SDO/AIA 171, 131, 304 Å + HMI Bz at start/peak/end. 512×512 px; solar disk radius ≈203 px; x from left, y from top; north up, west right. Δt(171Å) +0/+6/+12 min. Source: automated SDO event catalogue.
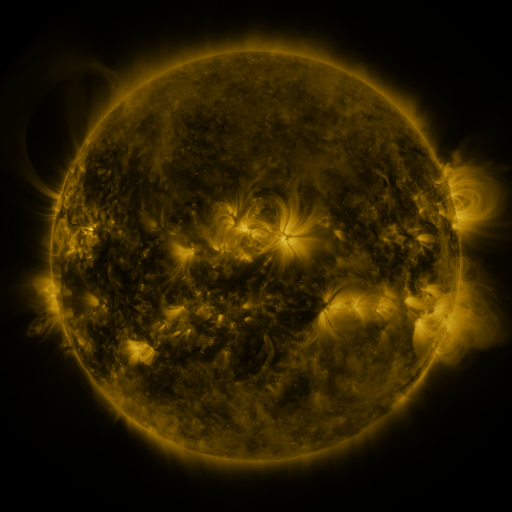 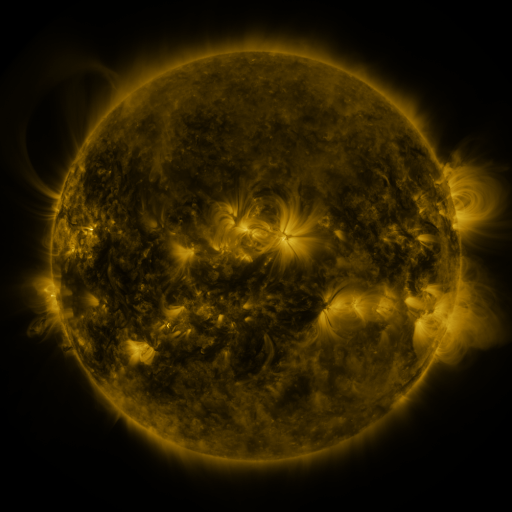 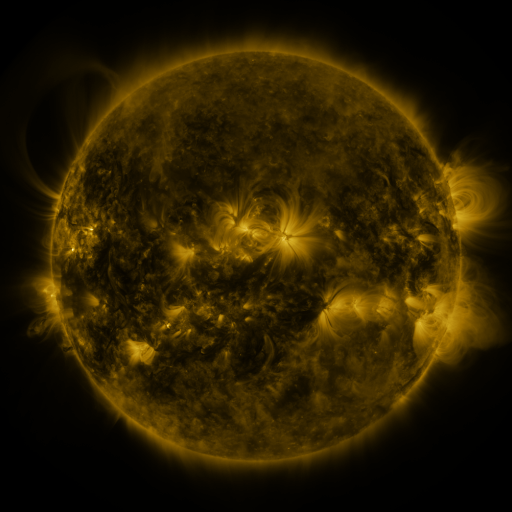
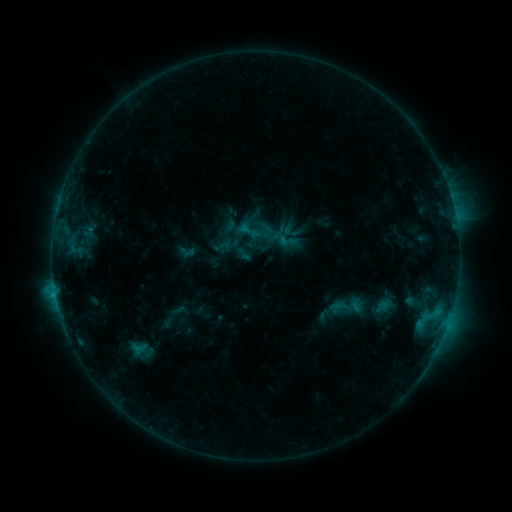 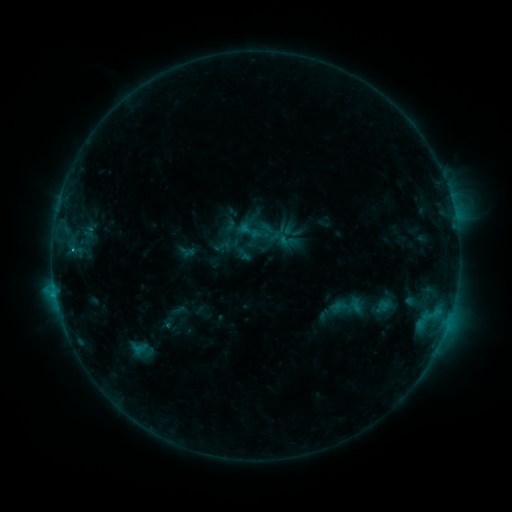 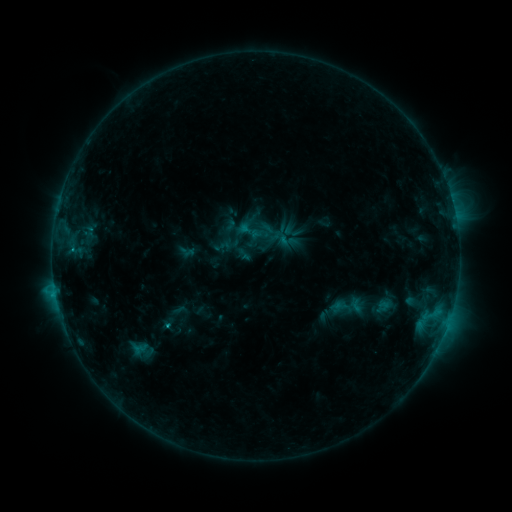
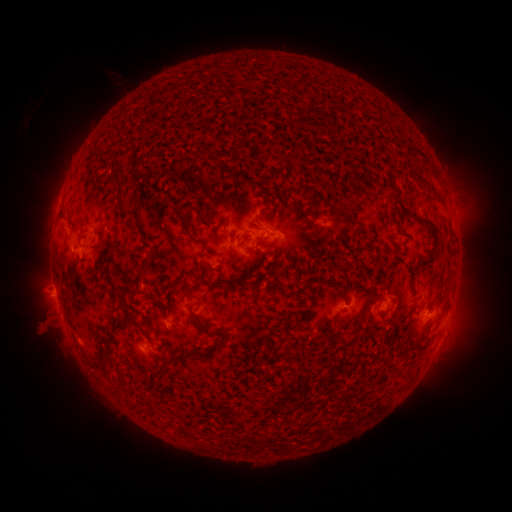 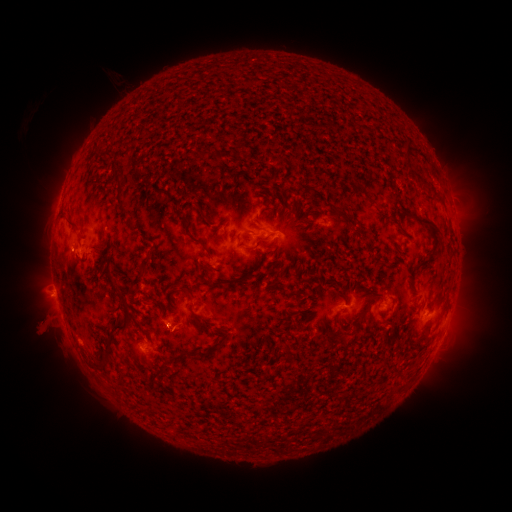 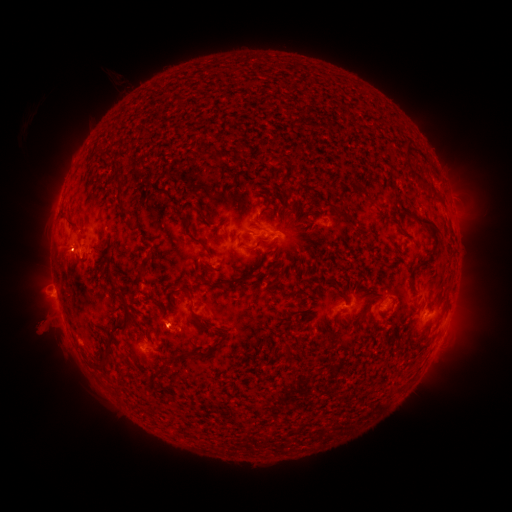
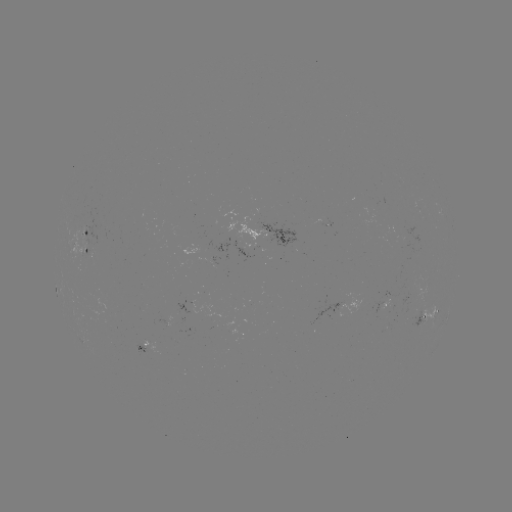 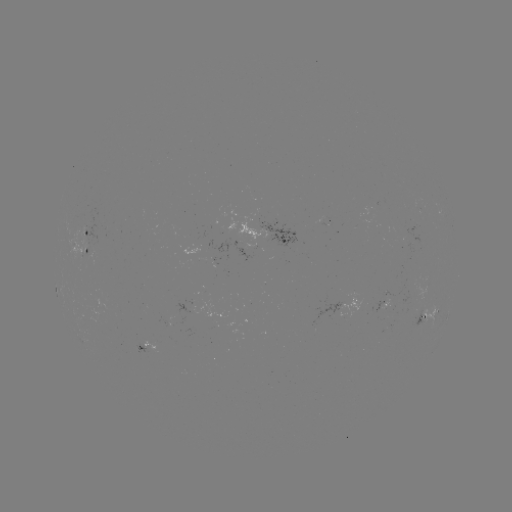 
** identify B9.0 flare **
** (71, 252) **